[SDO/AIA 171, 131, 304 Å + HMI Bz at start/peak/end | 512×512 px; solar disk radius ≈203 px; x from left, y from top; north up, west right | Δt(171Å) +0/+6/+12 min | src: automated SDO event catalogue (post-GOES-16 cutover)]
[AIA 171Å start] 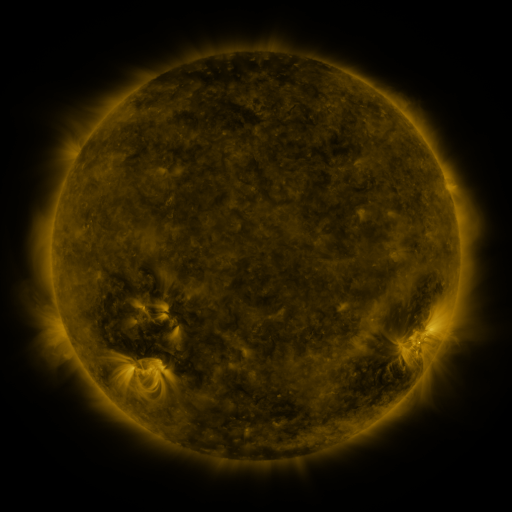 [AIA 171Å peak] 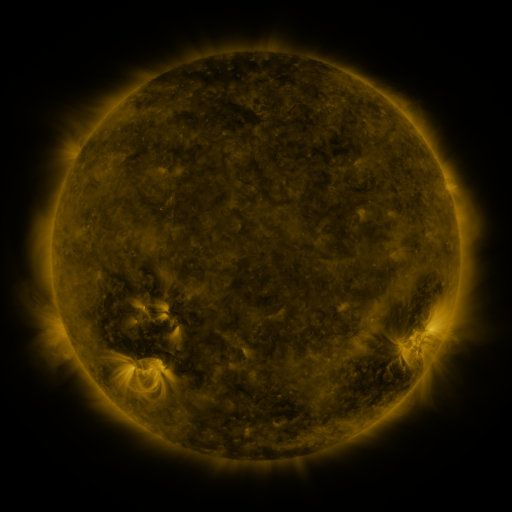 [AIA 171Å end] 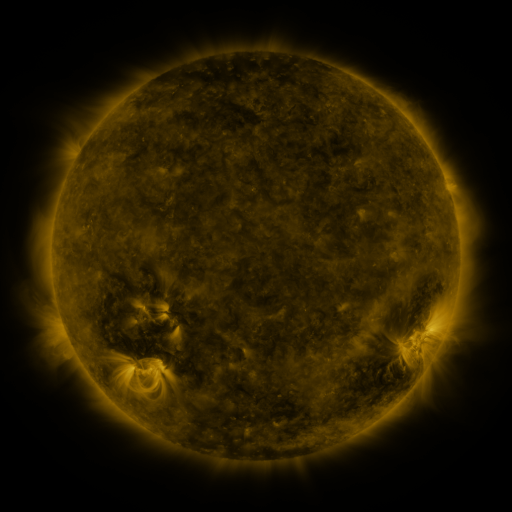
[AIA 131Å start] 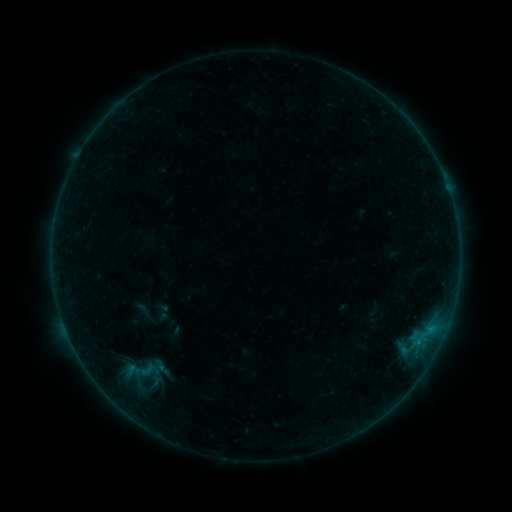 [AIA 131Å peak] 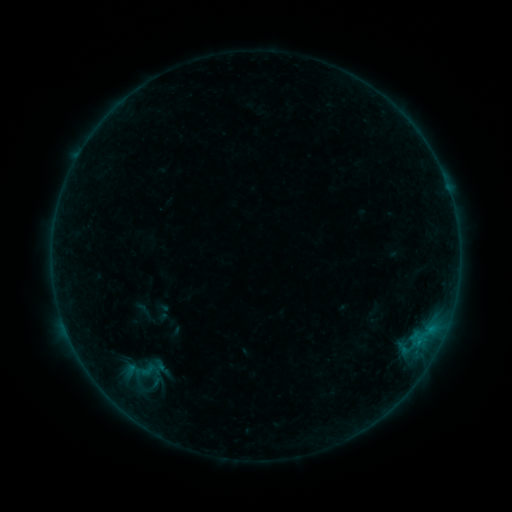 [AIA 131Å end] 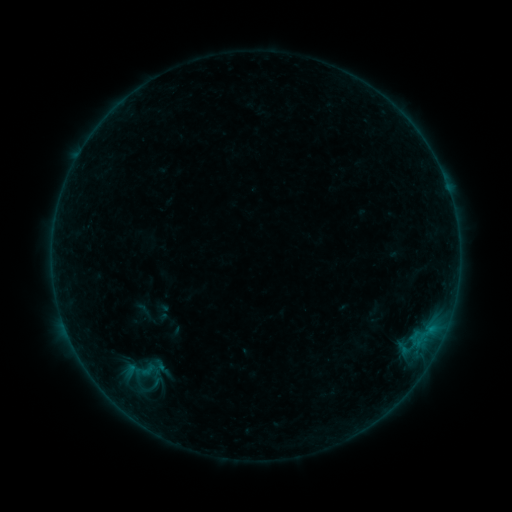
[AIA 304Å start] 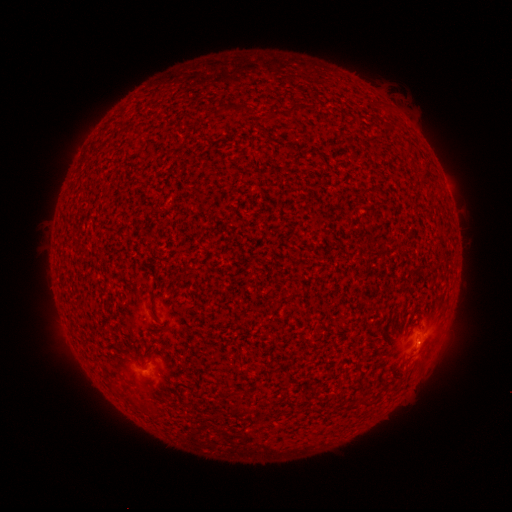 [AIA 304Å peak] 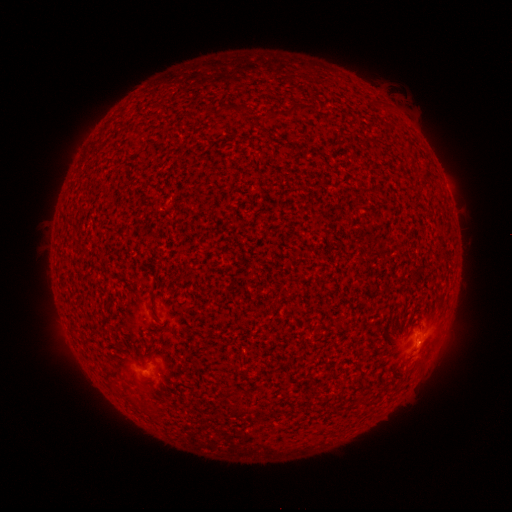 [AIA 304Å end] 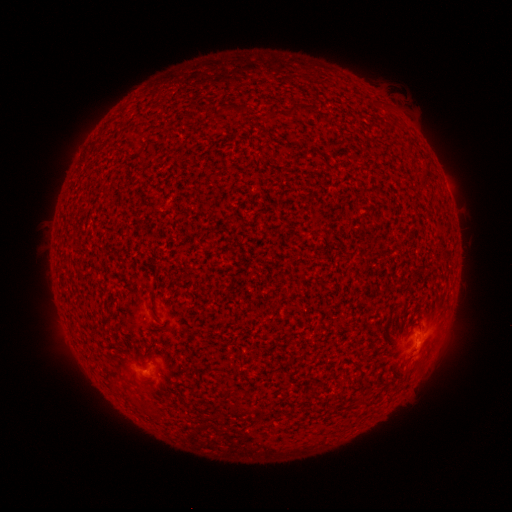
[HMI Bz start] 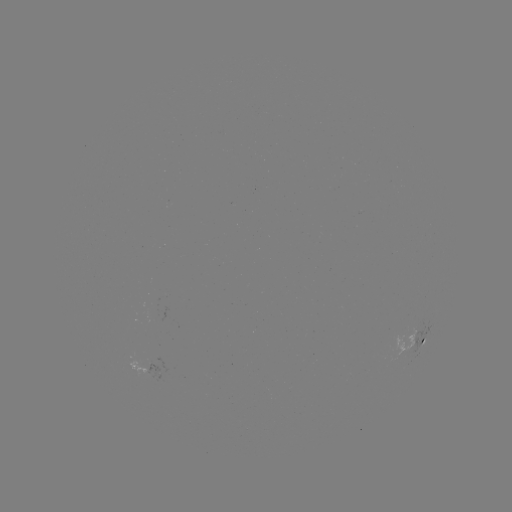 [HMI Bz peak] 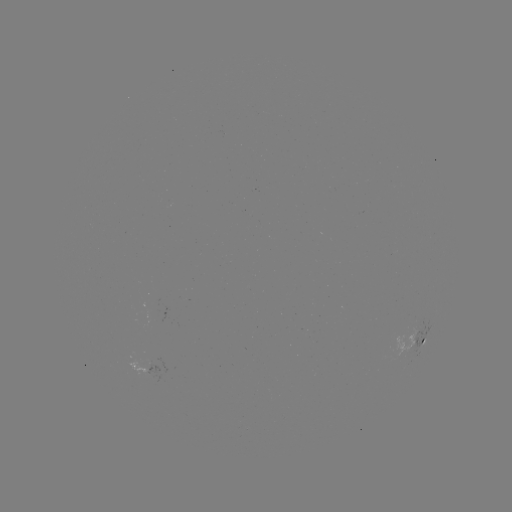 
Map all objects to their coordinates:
B1.6 flare: (419, 340)
